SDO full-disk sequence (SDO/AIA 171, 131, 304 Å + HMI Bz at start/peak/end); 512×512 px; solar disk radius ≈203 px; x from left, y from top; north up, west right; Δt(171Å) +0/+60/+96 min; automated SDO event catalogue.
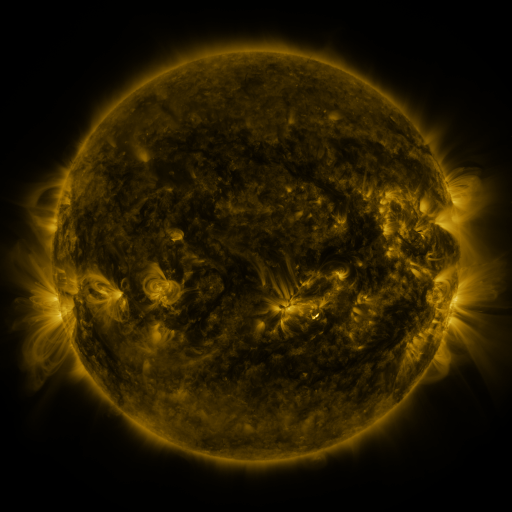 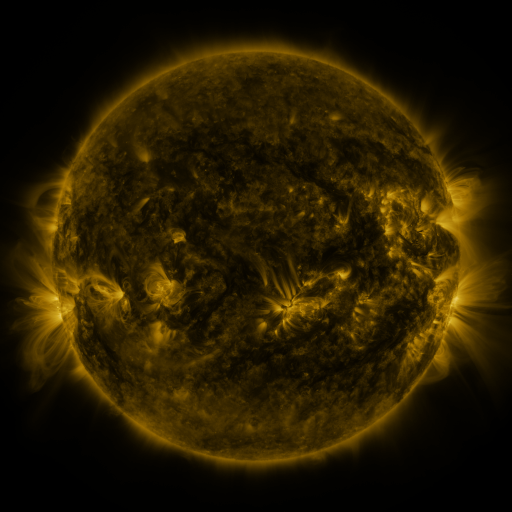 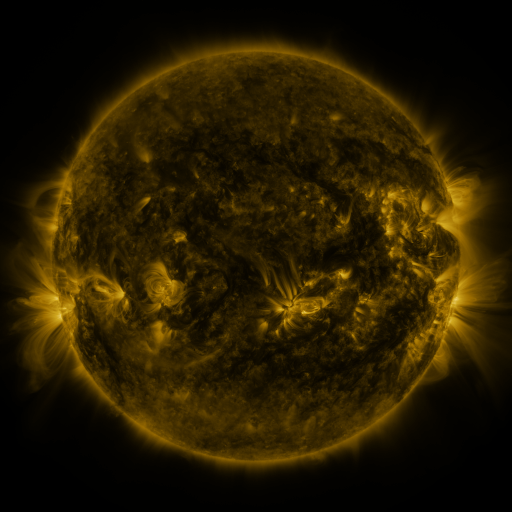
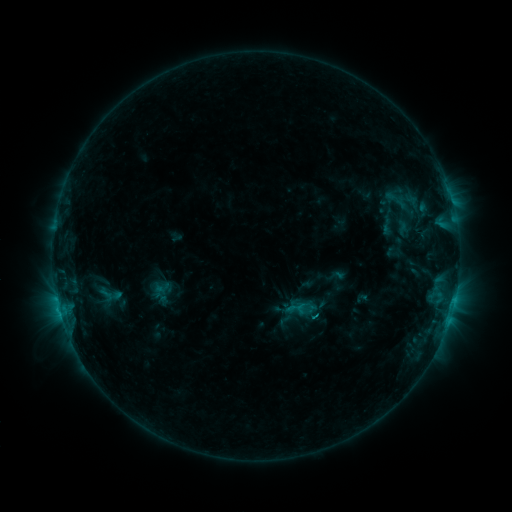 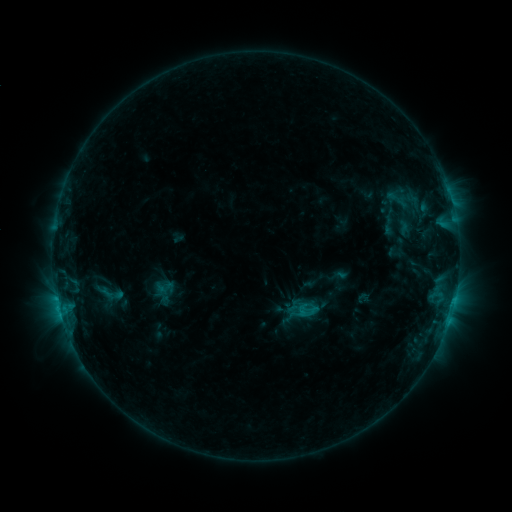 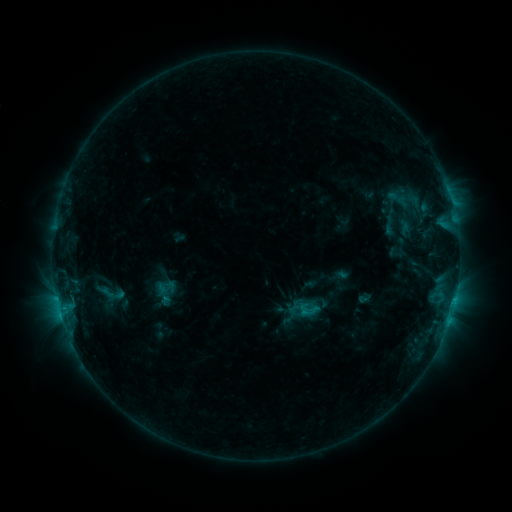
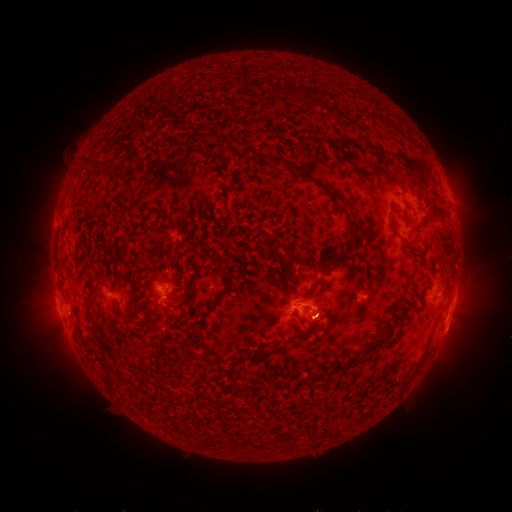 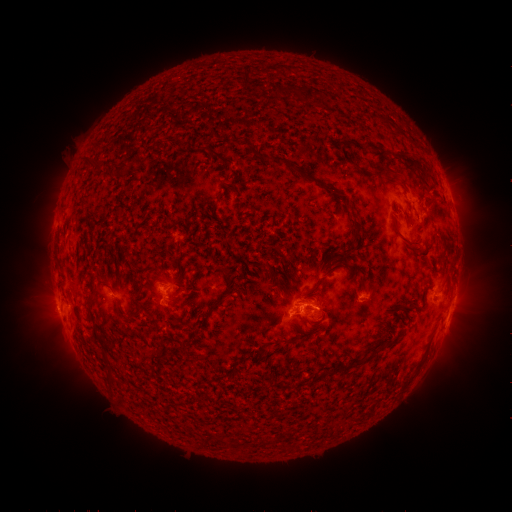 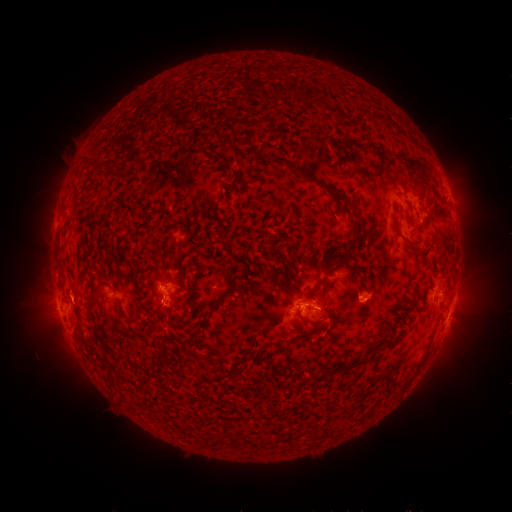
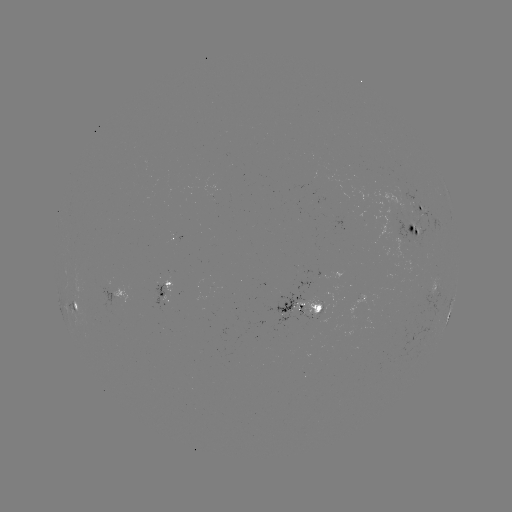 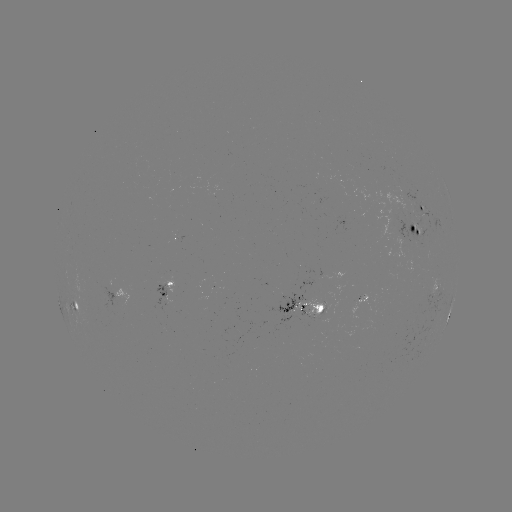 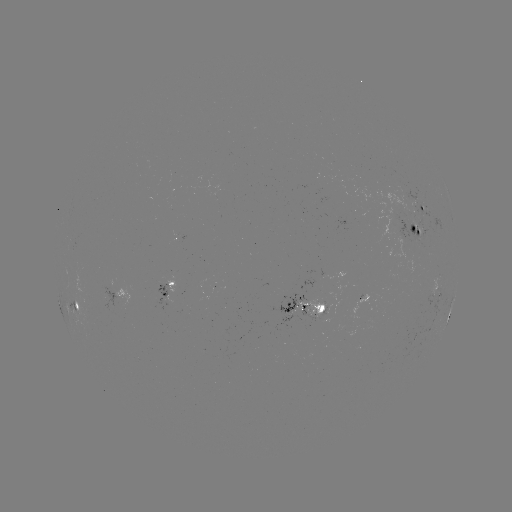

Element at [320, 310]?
emerging-flux region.